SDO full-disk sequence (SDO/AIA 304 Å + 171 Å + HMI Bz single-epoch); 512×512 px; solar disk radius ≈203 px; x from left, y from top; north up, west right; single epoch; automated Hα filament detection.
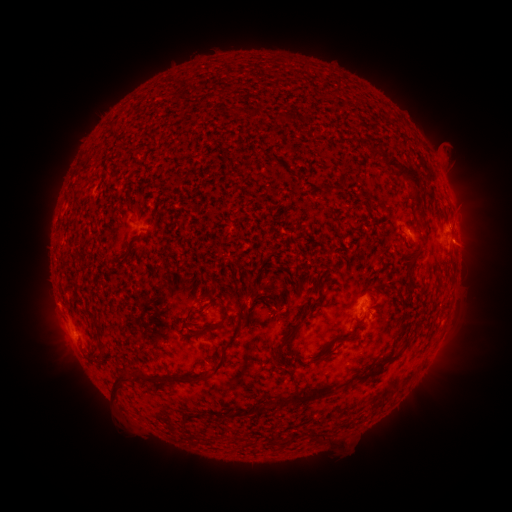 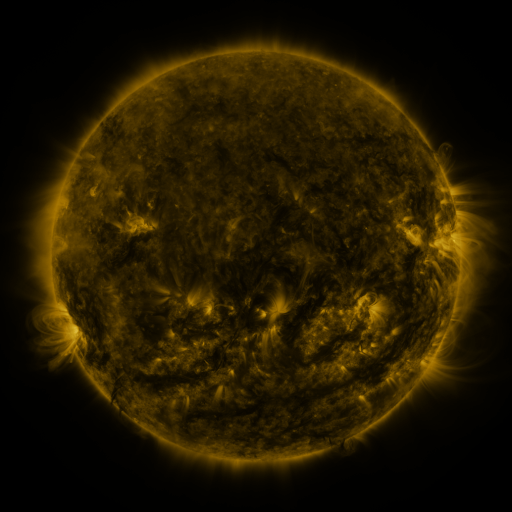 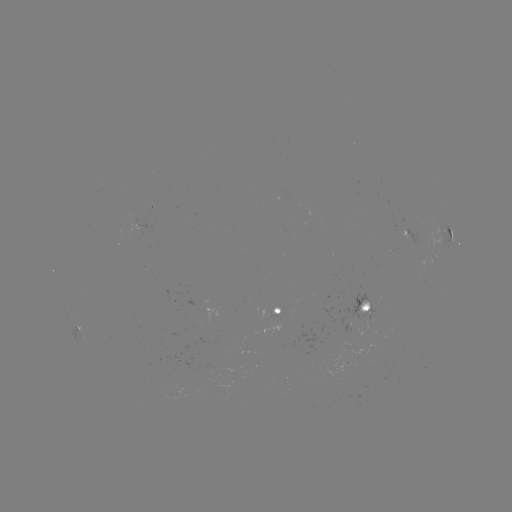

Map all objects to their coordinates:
filament: (272, 112, 290, 123)
filament: (369, 146, 389, 160)
filament: (383, 154, 420, 194)
filament: (335, 173, 346, 187)
filament: (317, 180, 333, 190)
filament: (118, 246, 132, 261)
filament: (405, 248, 421, 288)
filament: (206, 291, 218, 308)
filament: (275, 298, 282, 309)
filament: (198, 300, 231, 335)
filament: (174, 301, 246, 383)
filament: (272, 309, 310, 369)
filament: (244, 310, 251, 323)
filament: (355, 316, 364, 323)
filament: (336, 332, 353, 341)
filament: (99, 343, 107, 363)
filament: (356, 343, 406, 380)
filament: (310, 353, 329, 363)
filament: (133, 368, 143, 379)
filament: (113, 370, 135, 398)
filament: (279, 385, 334, 407)
filament: (245, 403, 262, 415)
